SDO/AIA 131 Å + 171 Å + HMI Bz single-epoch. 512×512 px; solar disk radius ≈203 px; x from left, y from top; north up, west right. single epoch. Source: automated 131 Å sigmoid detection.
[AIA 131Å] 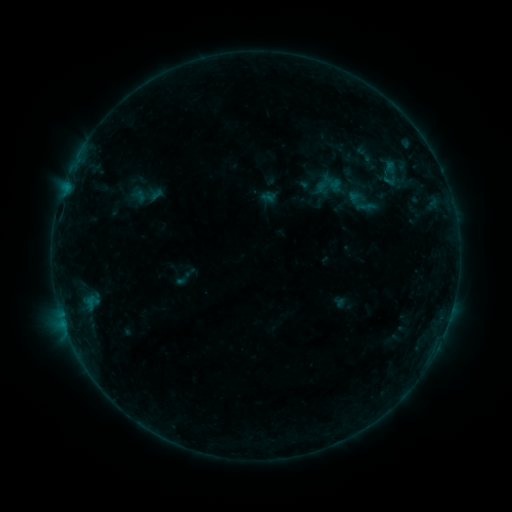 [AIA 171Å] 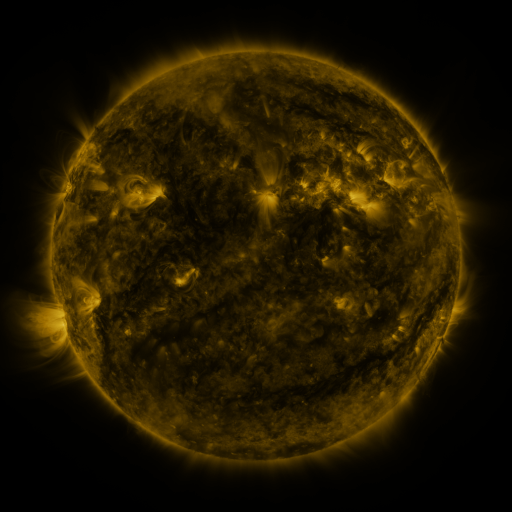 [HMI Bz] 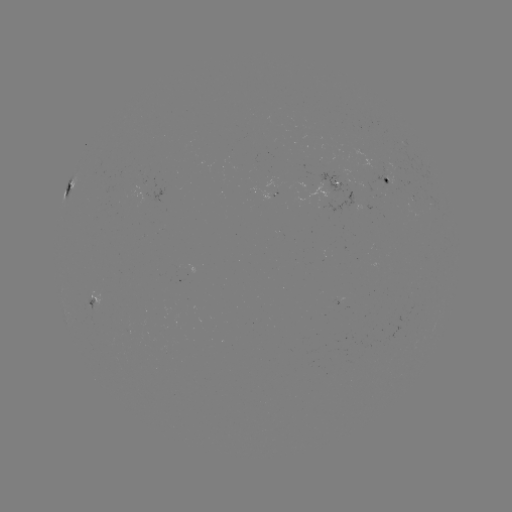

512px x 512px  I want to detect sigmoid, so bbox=[127, 176, 165, 213].